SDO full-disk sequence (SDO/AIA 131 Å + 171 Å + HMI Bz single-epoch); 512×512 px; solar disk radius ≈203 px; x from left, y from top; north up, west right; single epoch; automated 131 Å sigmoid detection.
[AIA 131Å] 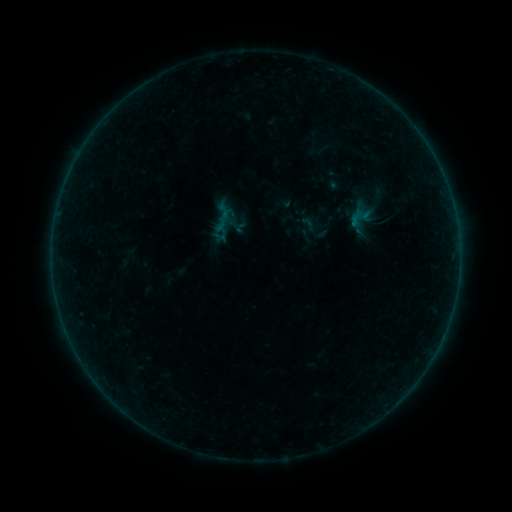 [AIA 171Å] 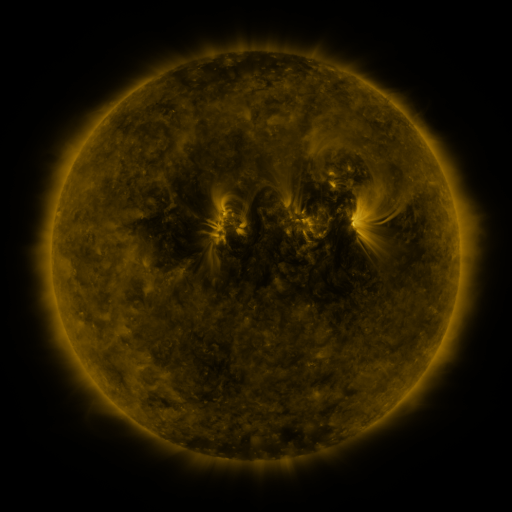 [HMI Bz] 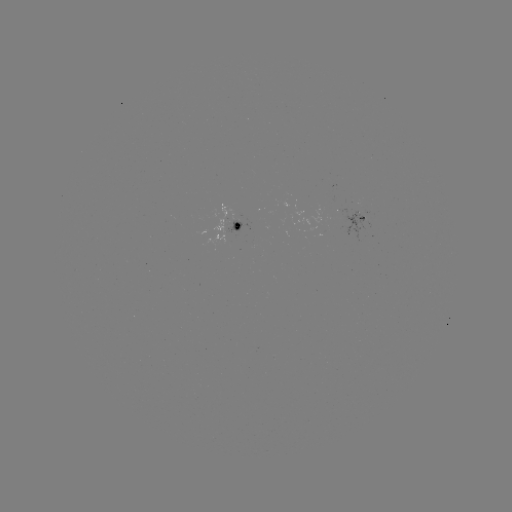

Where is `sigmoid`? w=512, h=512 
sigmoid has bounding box [298, 214, 318, 233].